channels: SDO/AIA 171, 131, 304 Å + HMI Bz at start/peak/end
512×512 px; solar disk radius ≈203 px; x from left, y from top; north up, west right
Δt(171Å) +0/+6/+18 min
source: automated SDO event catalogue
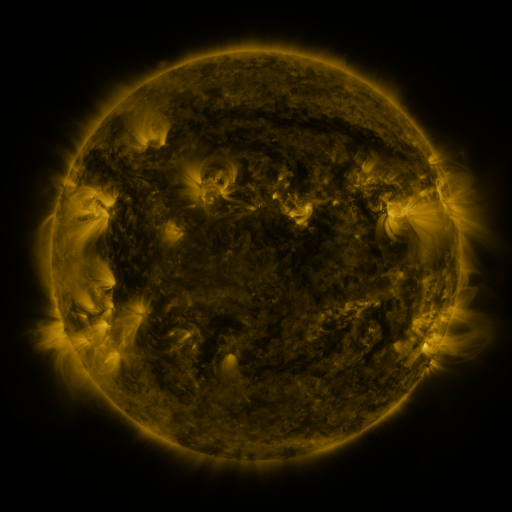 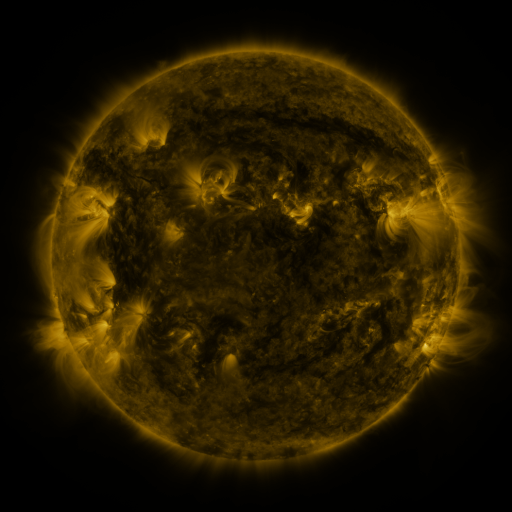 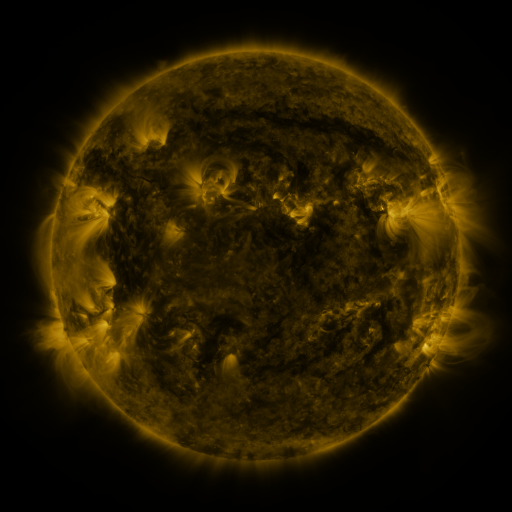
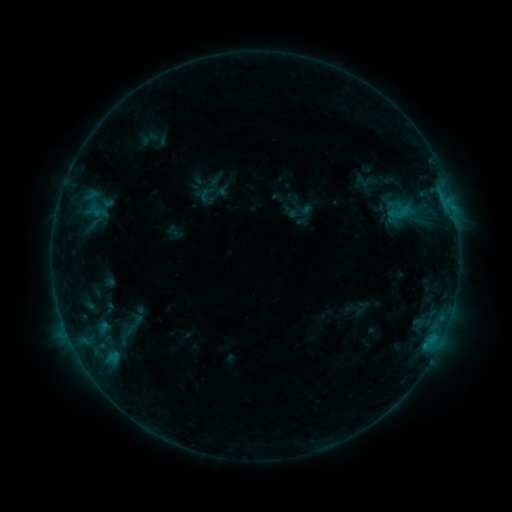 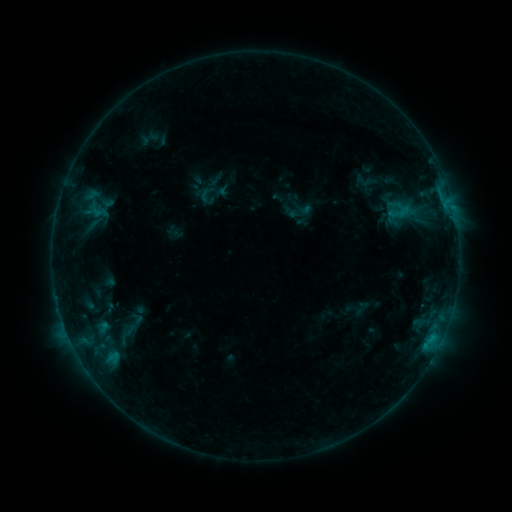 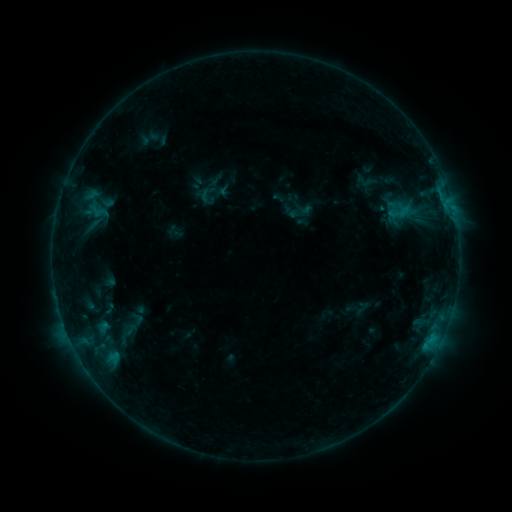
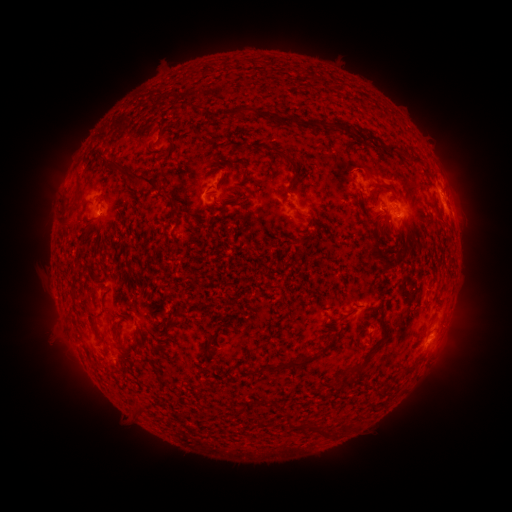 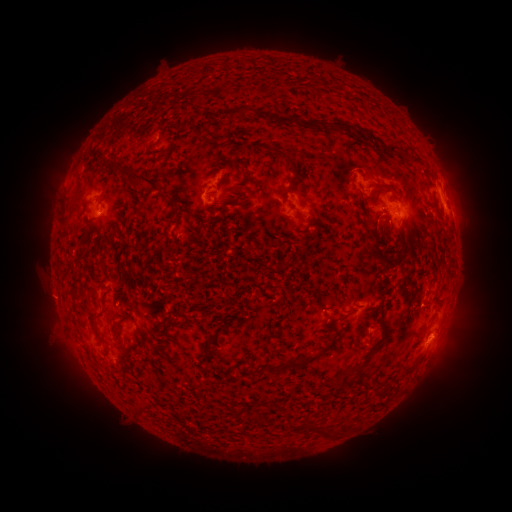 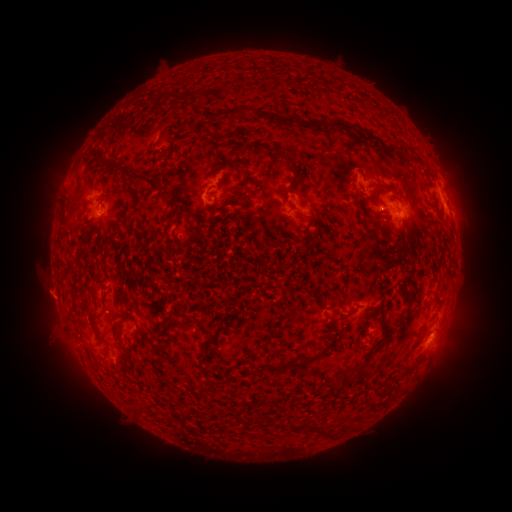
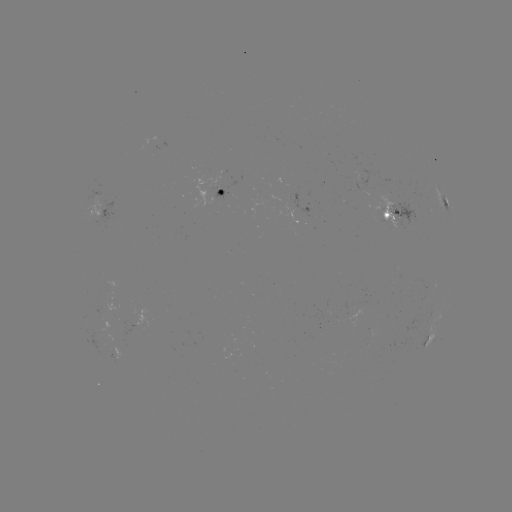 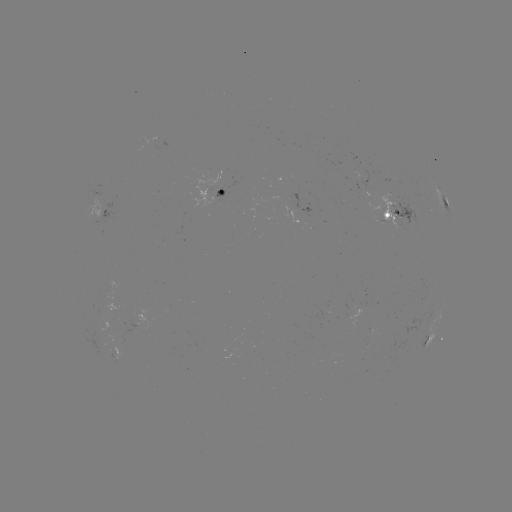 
no catalogued flare and no flagged EUV brightening in this window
